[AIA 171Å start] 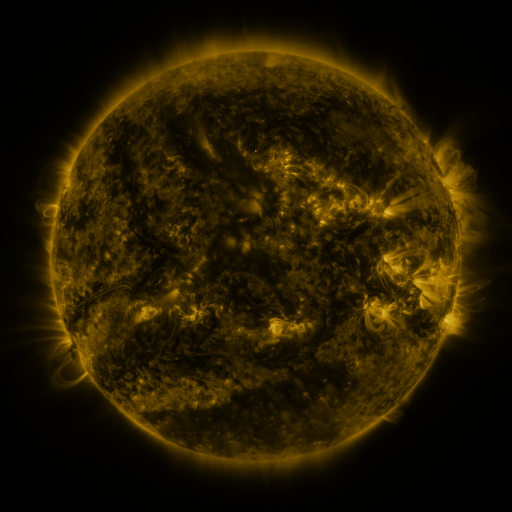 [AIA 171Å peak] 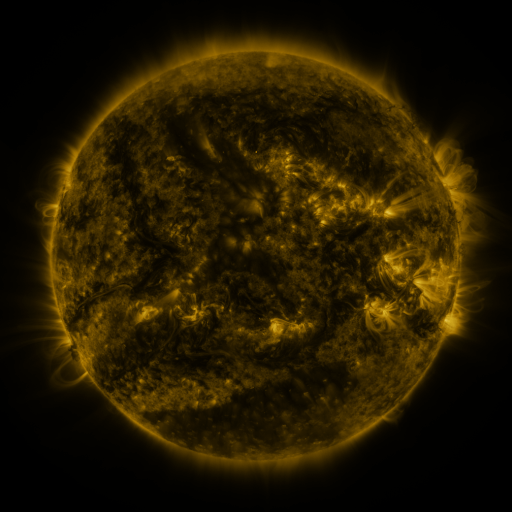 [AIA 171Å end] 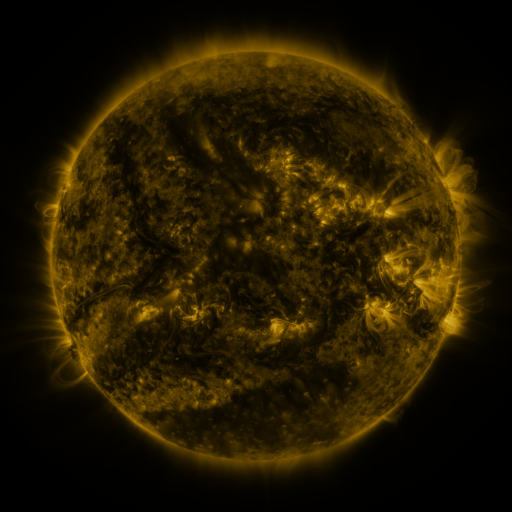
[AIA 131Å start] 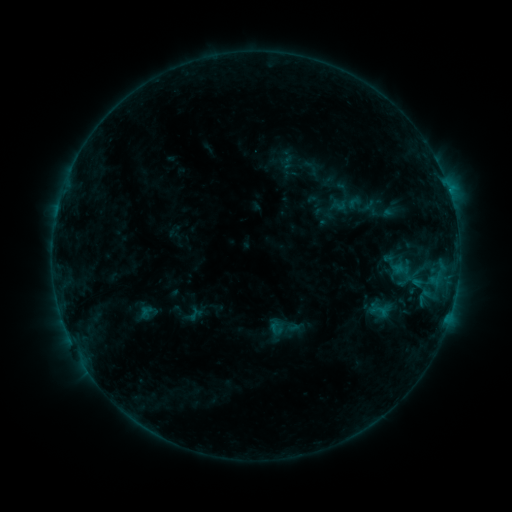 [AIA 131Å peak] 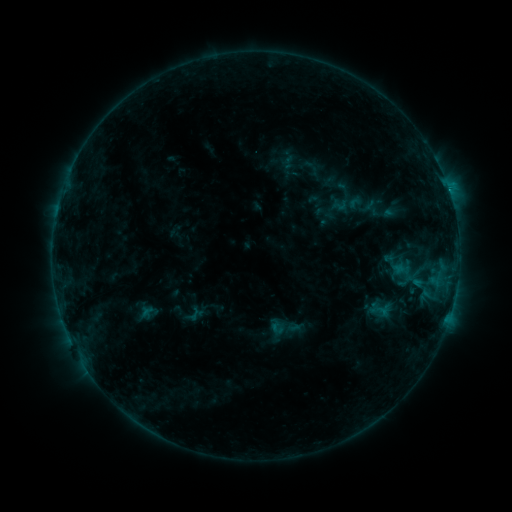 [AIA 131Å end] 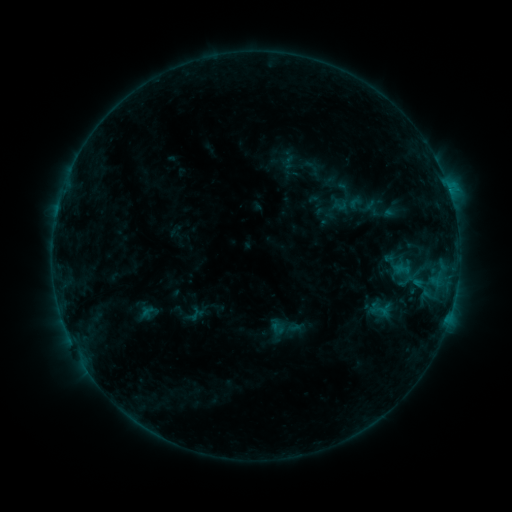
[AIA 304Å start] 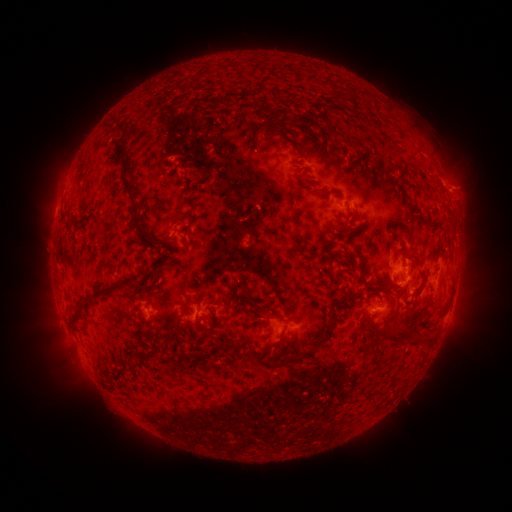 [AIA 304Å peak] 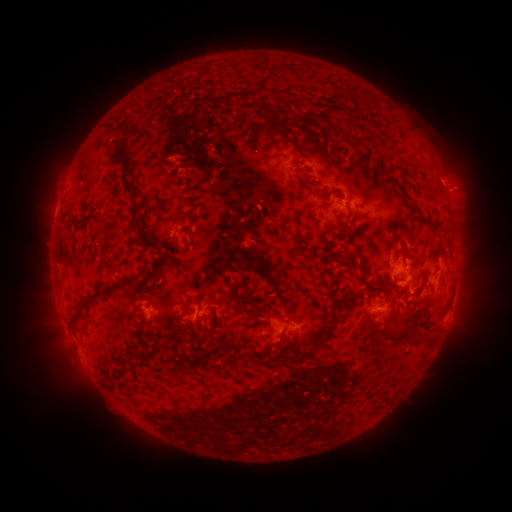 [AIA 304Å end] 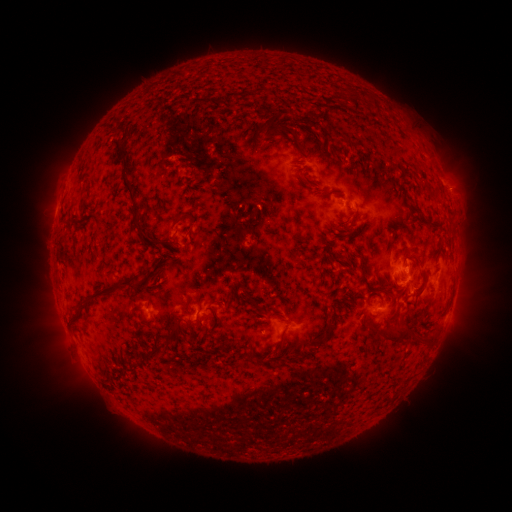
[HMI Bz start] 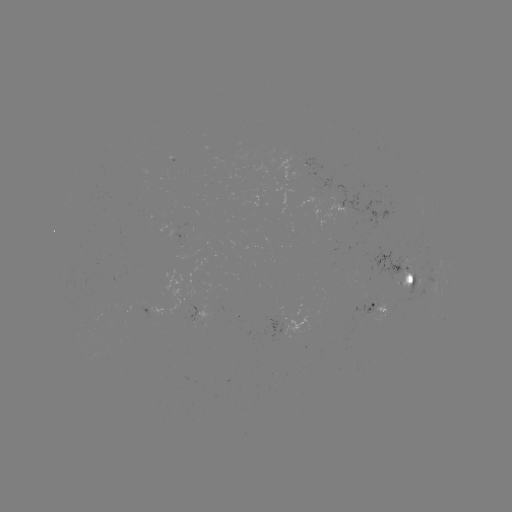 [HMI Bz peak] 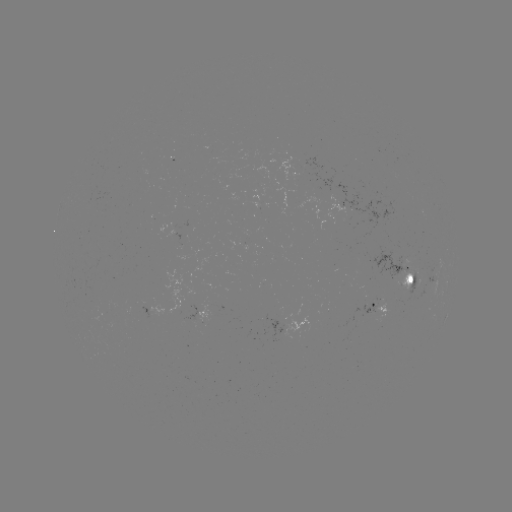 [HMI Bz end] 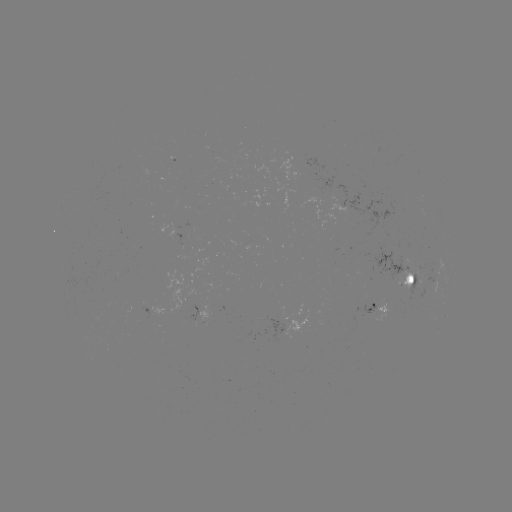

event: flare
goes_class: C1.2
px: (415, 280)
